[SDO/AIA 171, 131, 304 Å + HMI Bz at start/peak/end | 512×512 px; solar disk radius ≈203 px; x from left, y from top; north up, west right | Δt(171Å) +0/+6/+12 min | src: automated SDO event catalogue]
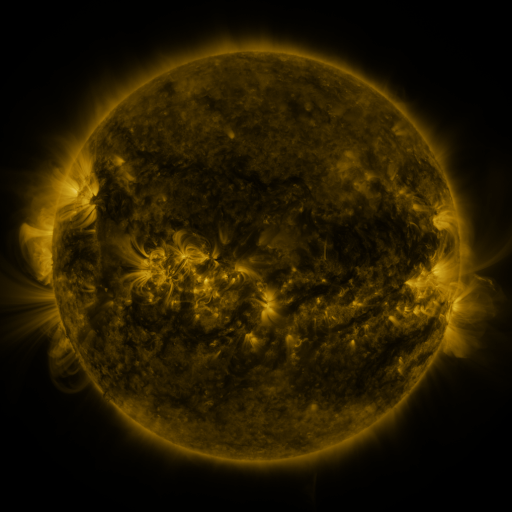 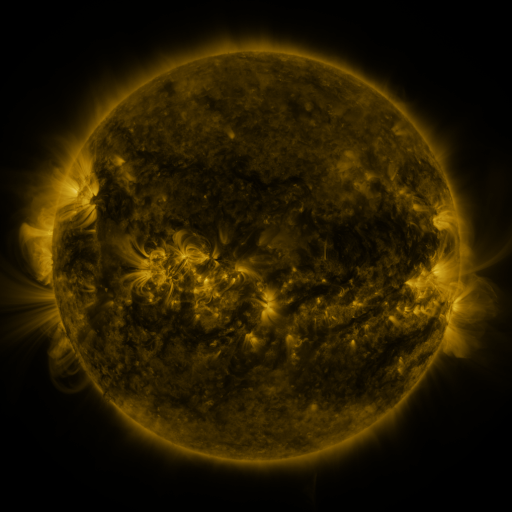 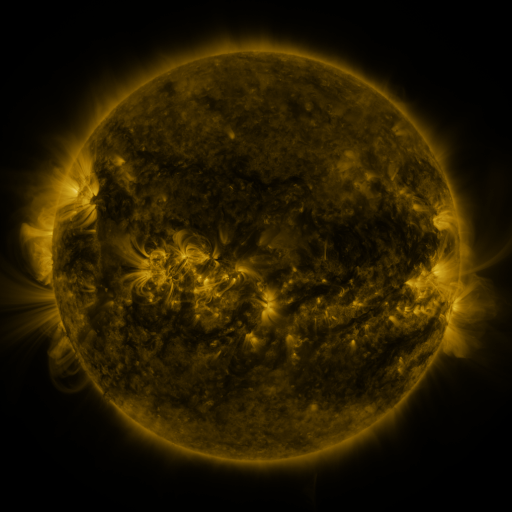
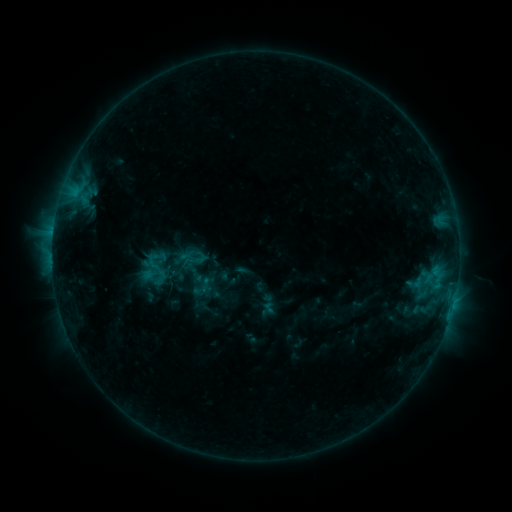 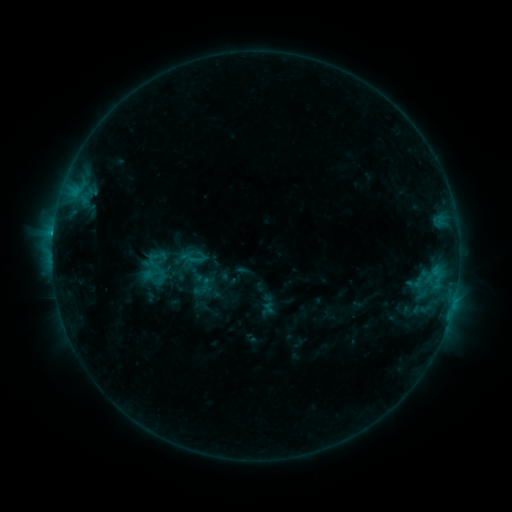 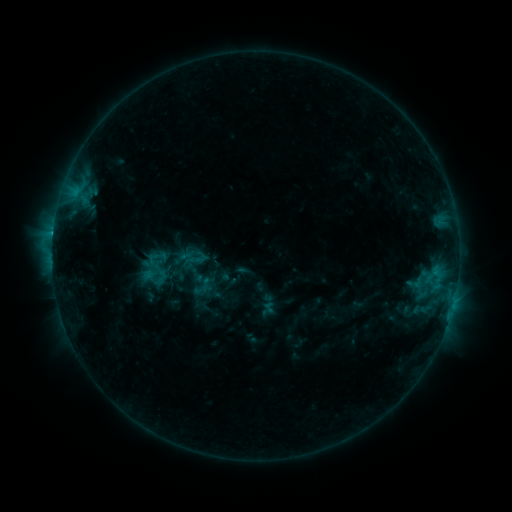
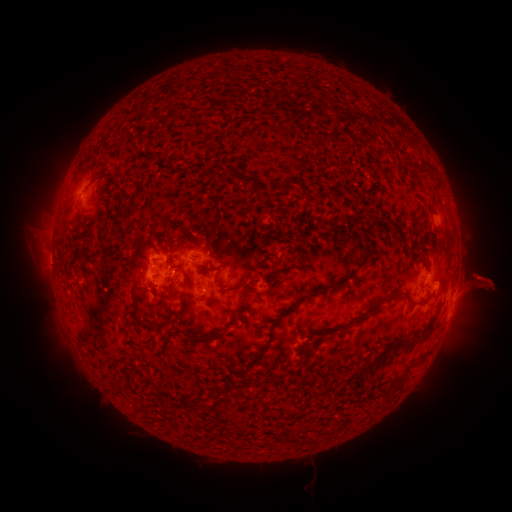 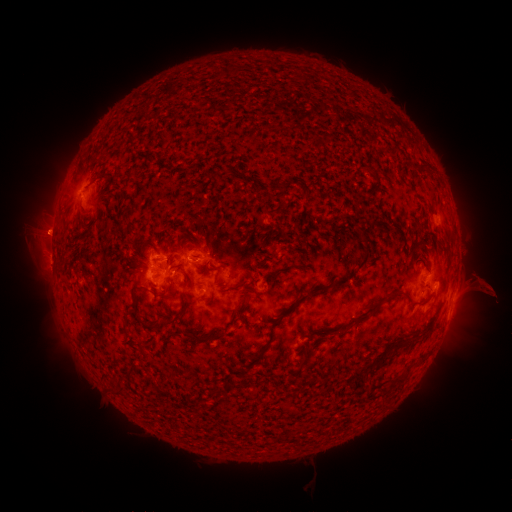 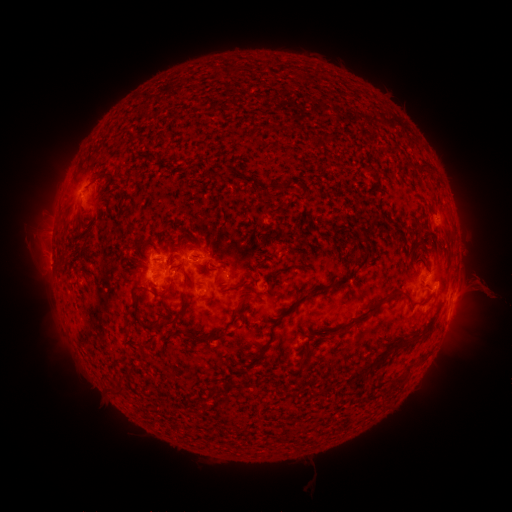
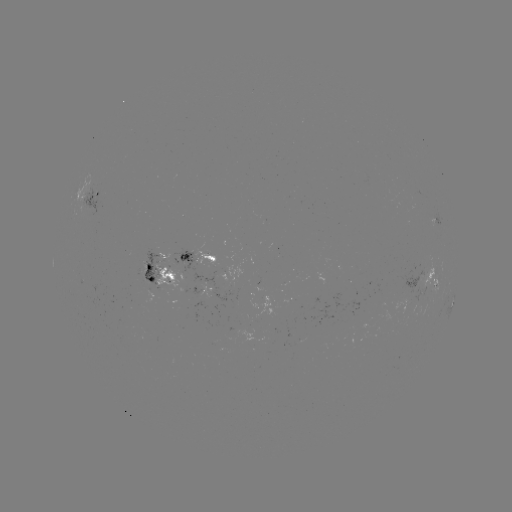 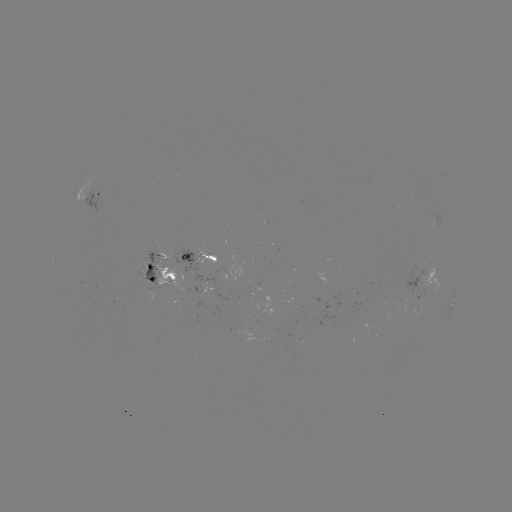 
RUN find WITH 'C1.5 flare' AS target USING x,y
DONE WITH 54,234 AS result